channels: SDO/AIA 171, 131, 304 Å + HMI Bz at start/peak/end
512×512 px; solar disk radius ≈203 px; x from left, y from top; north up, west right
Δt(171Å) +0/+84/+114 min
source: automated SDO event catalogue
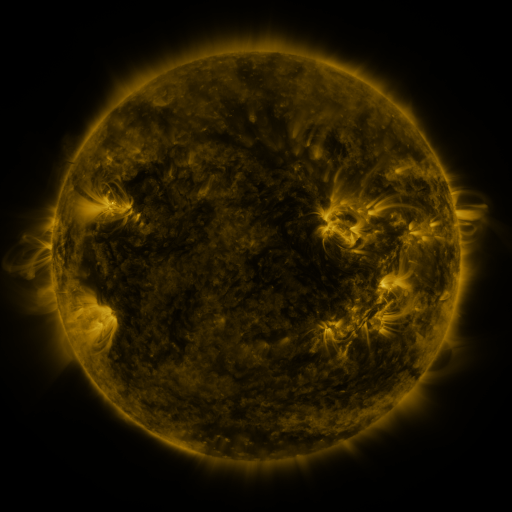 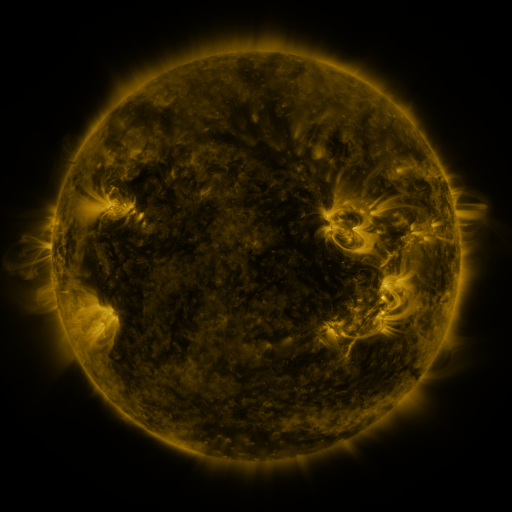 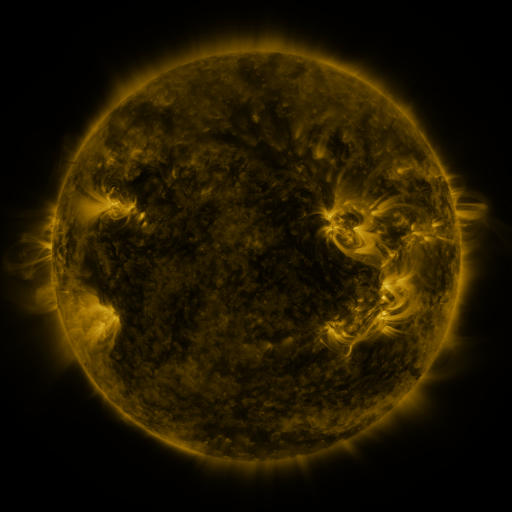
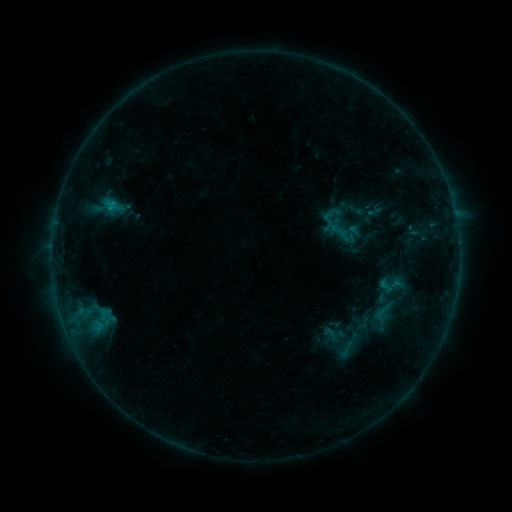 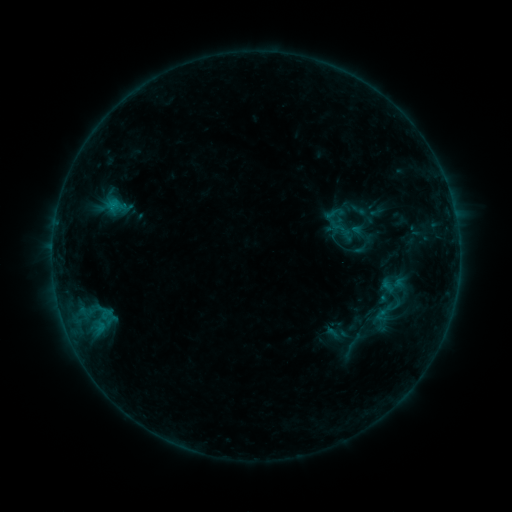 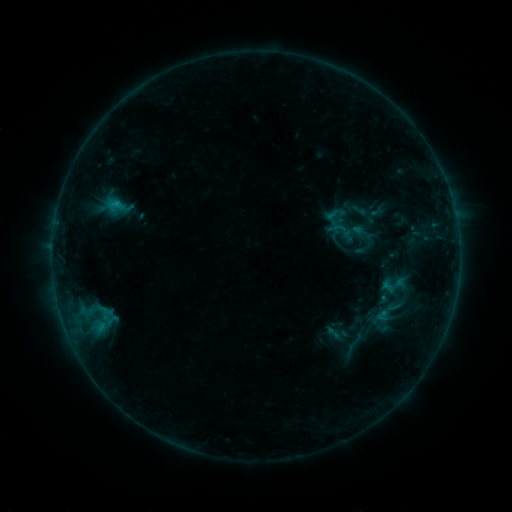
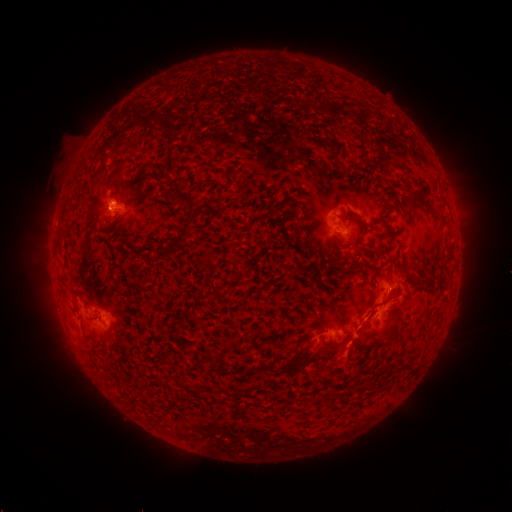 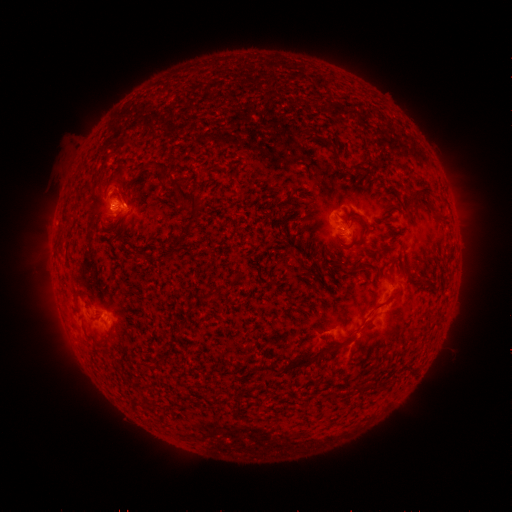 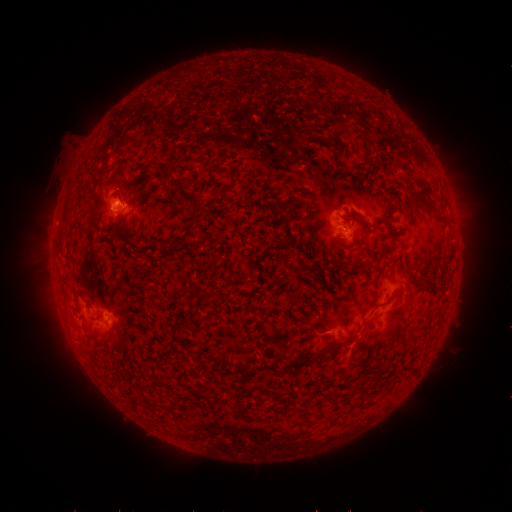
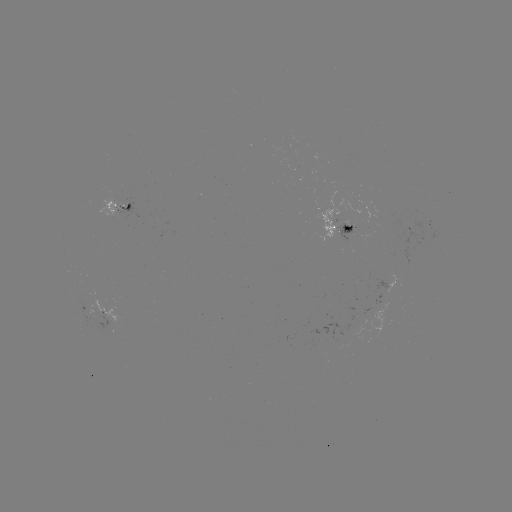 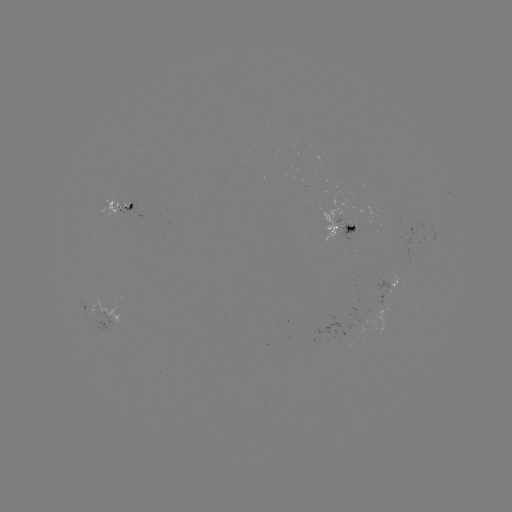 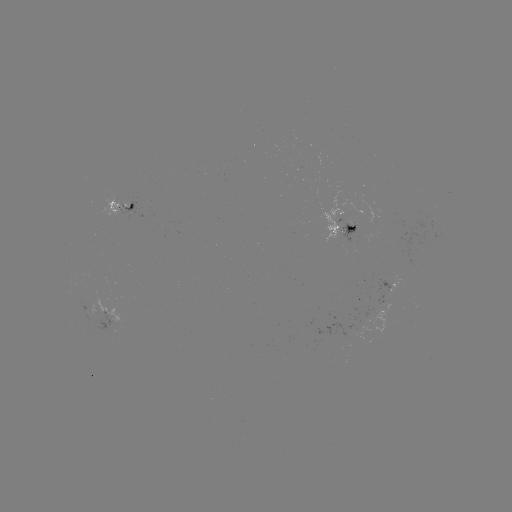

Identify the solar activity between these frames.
emerging-flux region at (128, 208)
